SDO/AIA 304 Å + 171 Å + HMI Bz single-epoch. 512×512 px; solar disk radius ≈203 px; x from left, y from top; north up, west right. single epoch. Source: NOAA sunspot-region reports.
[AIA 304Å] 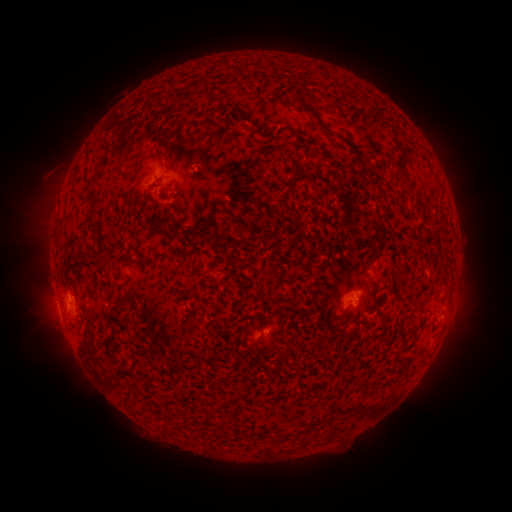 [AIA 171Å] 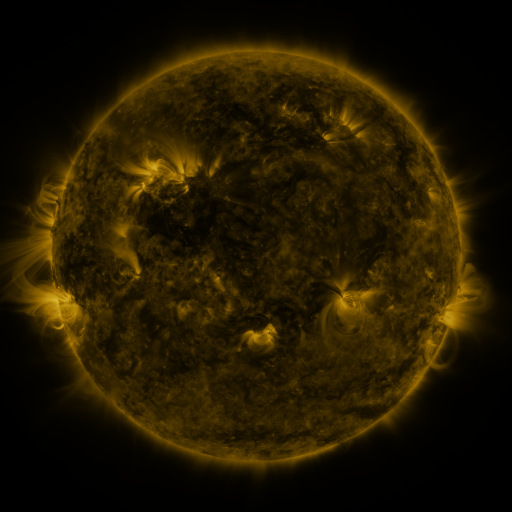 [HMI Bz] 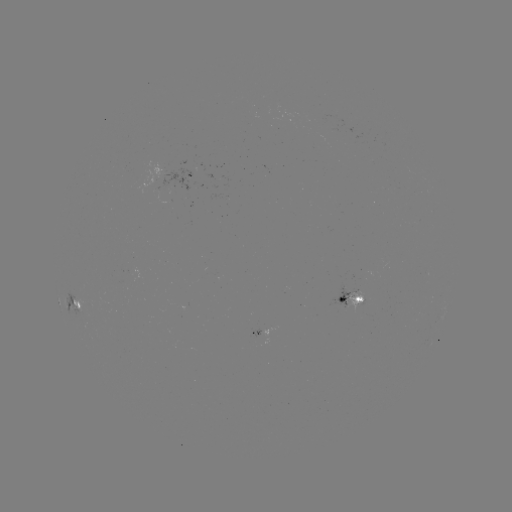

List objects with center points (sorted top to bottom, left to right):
spotted active region: (189, 173)
spotted active region: (352, 297)
spotted active region: (74, 302)
spotted active region: (256, 328)
